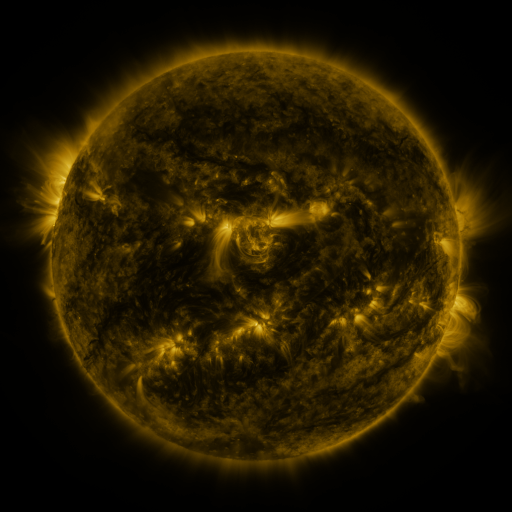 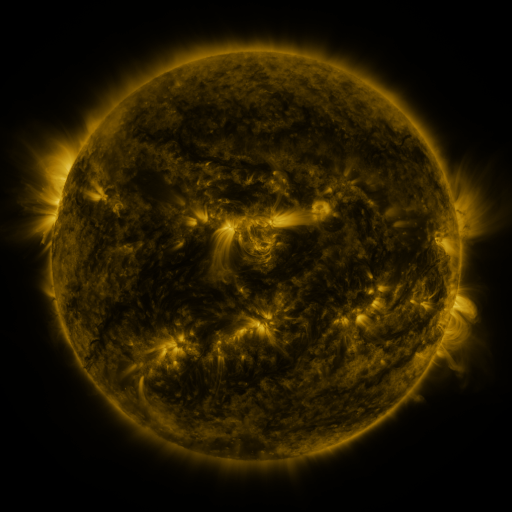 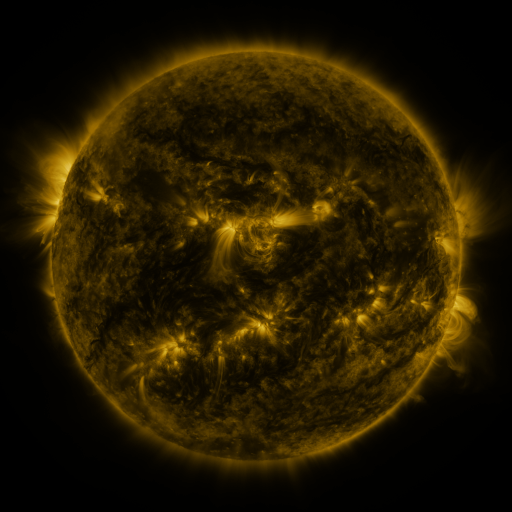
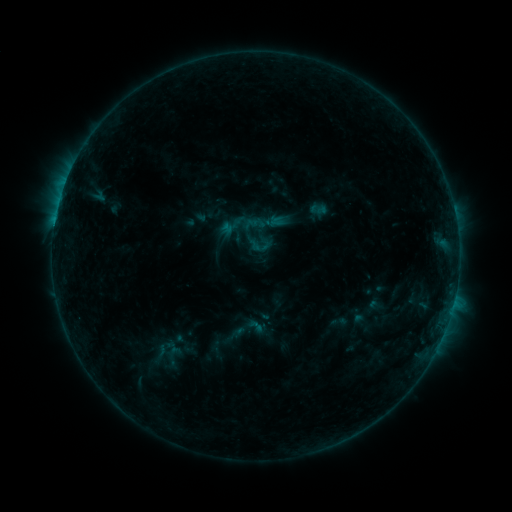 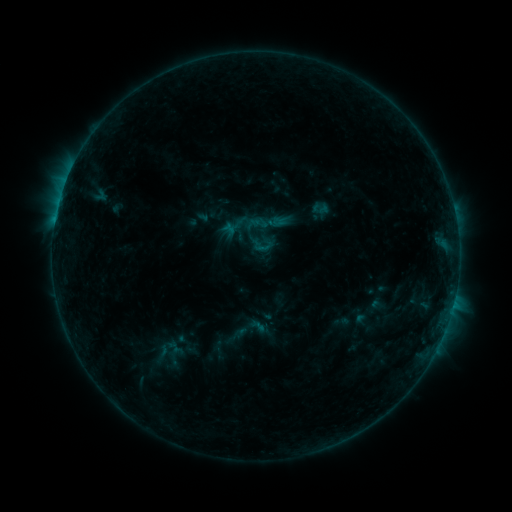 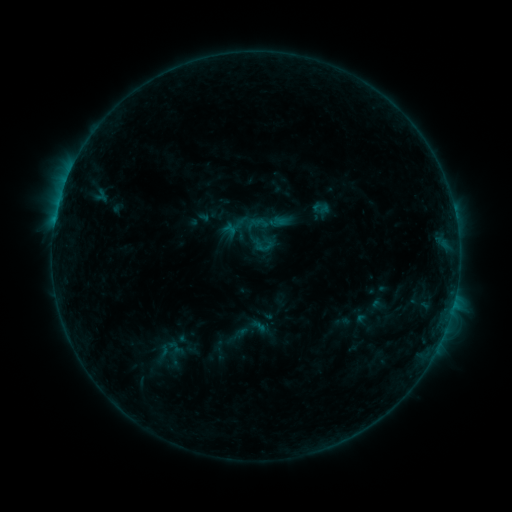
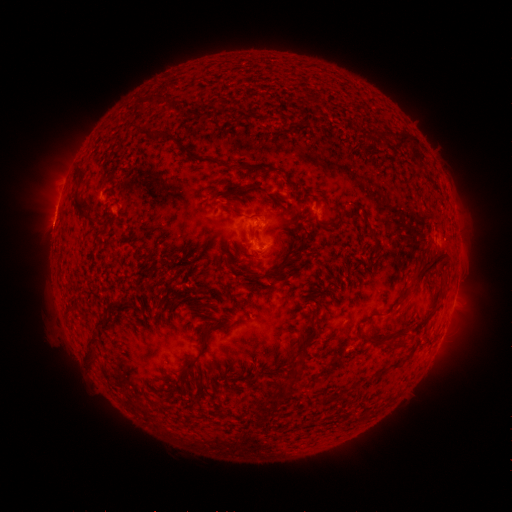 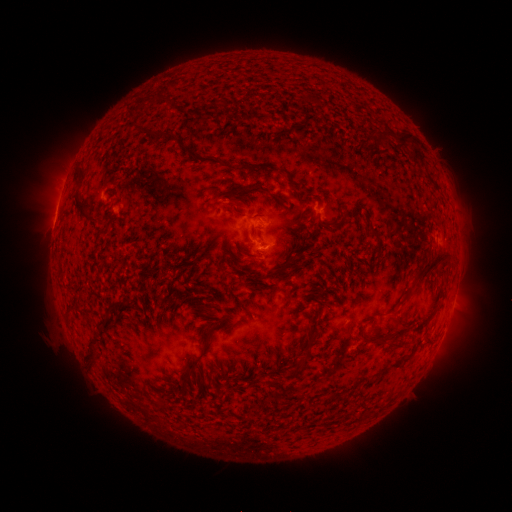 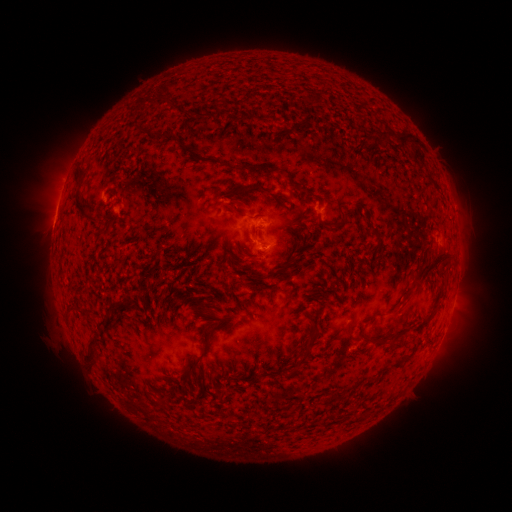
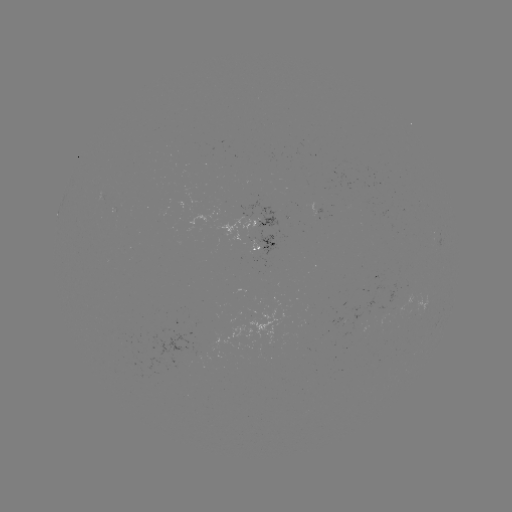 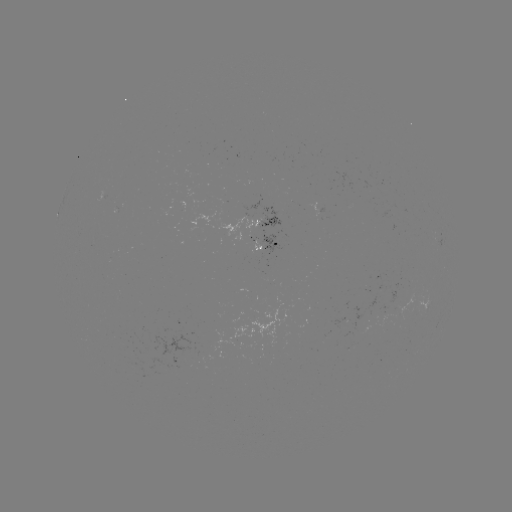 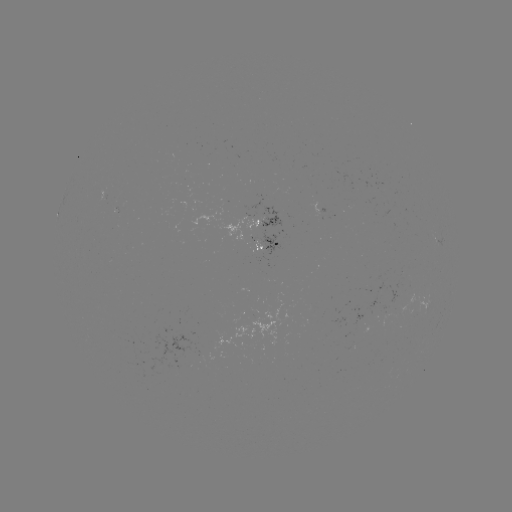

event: emerging-flux region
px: (241, 229)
